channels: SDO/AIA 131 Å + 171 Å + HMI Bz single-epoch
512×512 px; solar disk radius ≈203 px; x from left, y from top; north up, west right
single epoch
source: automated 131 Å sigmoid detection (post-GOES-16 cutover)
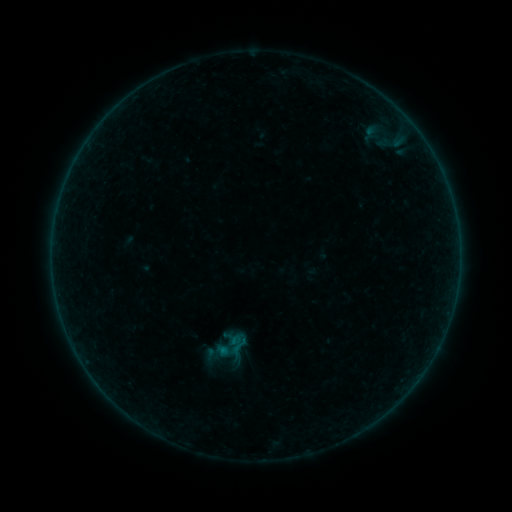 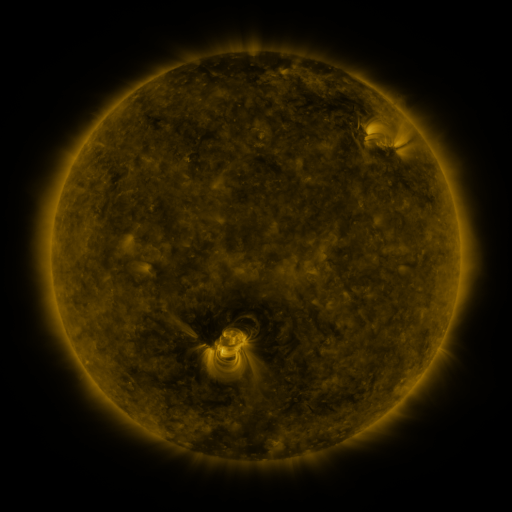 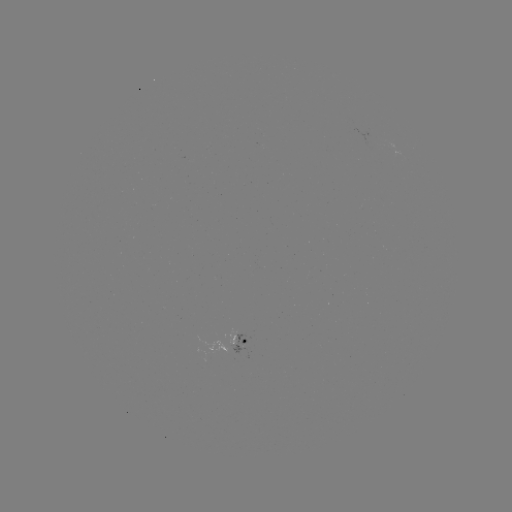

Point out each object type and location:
sigmoid: (239, 346)
